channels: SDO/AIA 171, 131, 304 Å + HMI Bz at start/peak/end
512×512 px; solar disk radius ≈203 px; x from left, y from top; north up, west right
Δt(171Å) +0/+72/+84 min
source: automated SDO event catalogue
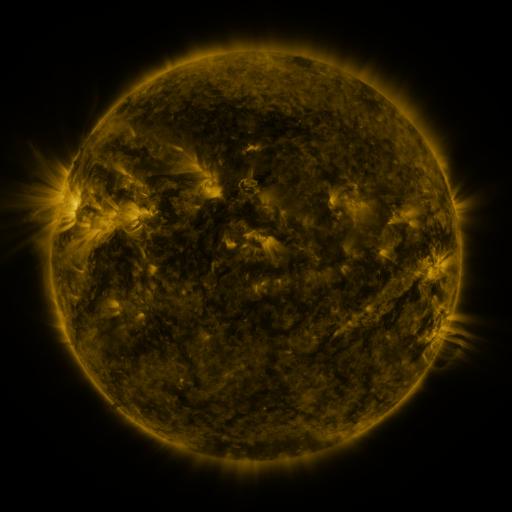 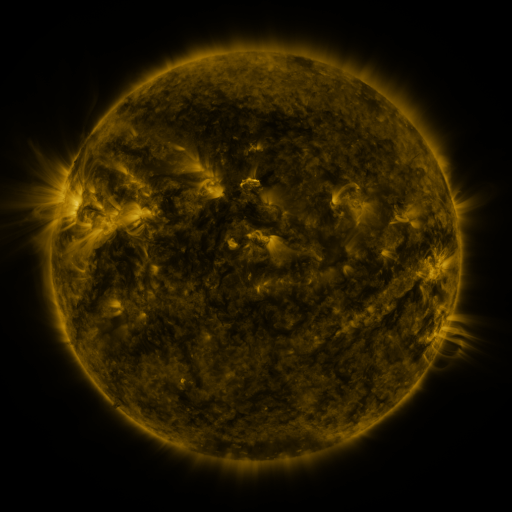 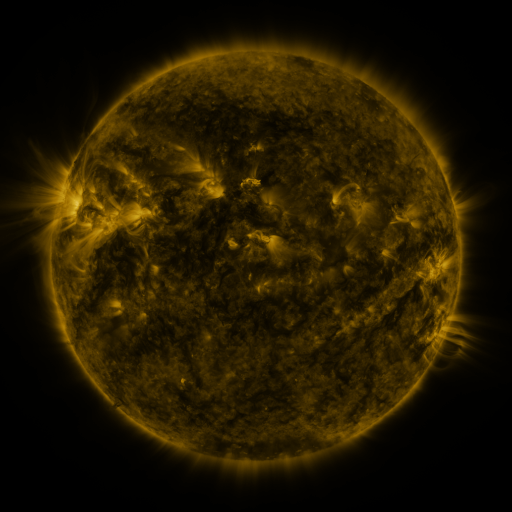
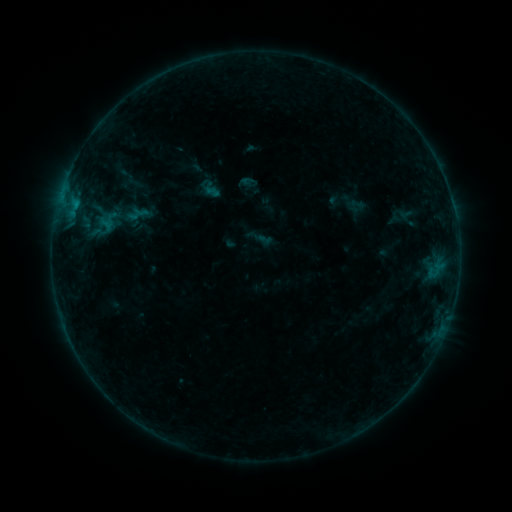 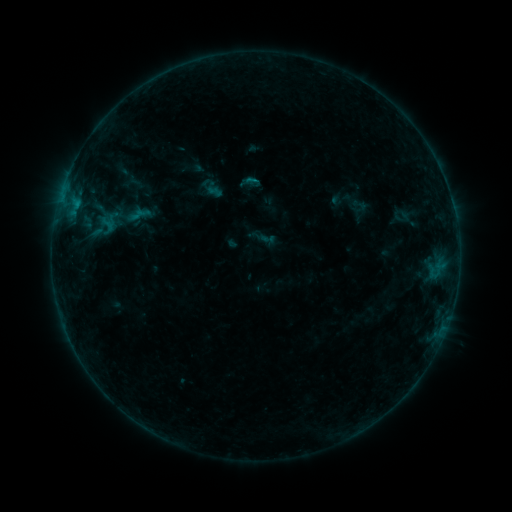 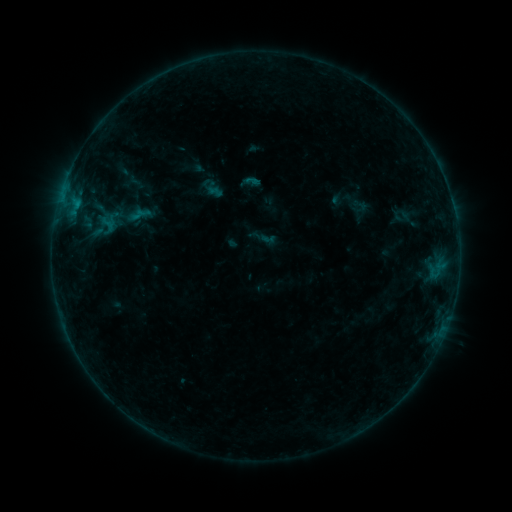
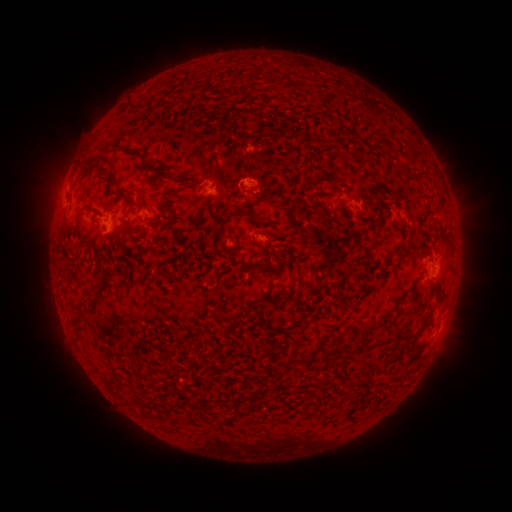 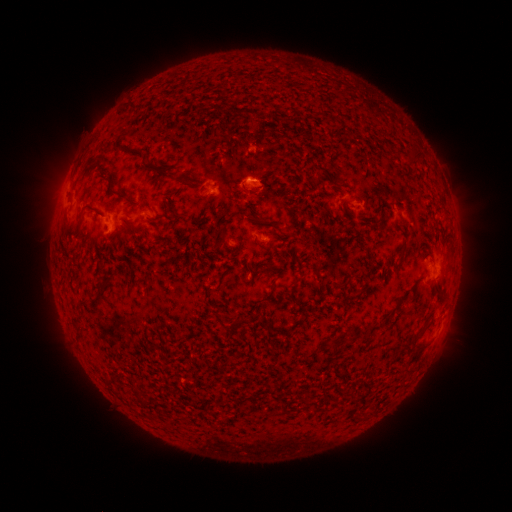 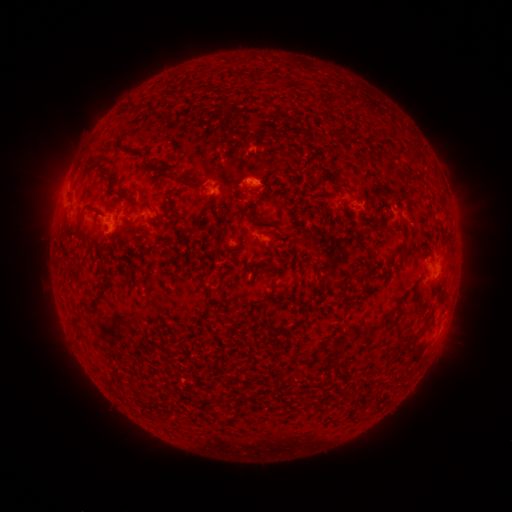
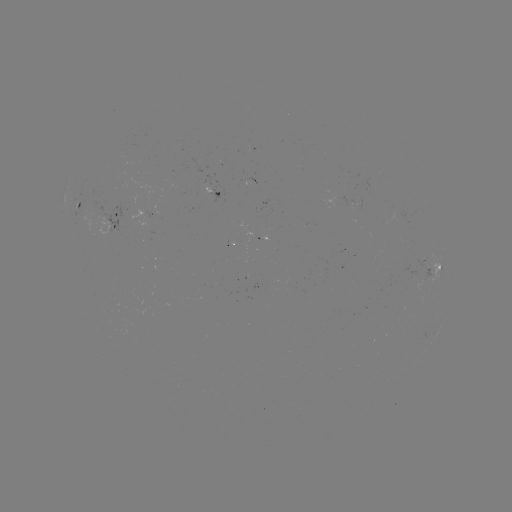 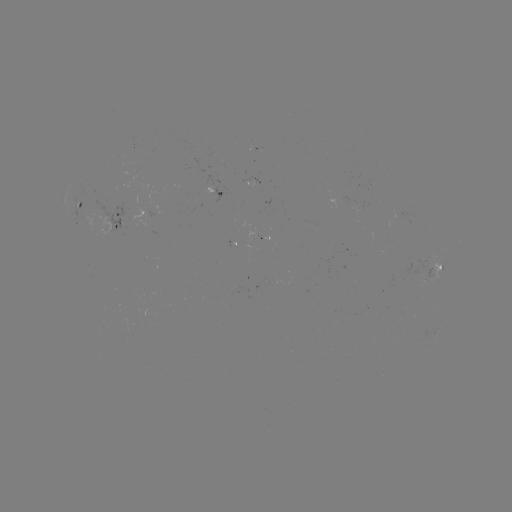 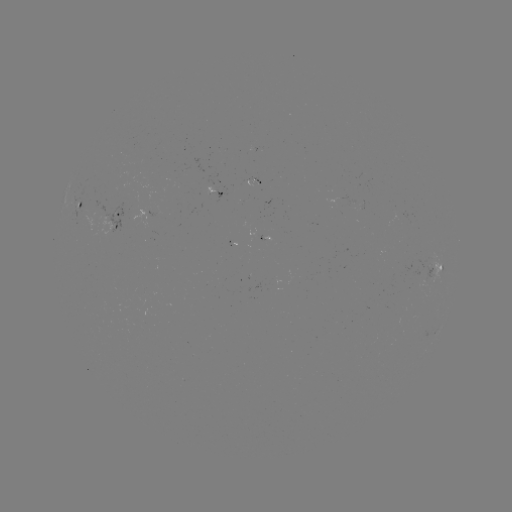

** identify emerging-flux region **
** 360,208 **